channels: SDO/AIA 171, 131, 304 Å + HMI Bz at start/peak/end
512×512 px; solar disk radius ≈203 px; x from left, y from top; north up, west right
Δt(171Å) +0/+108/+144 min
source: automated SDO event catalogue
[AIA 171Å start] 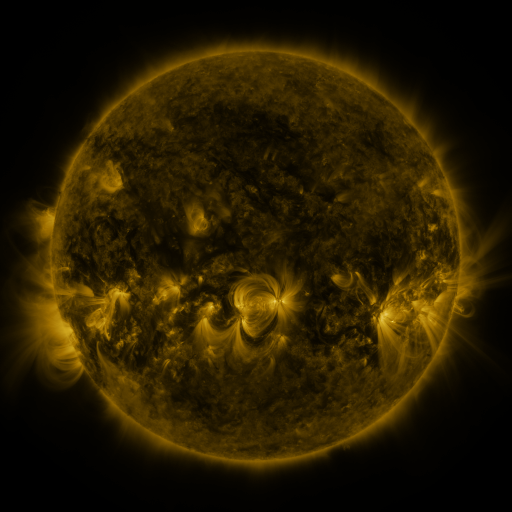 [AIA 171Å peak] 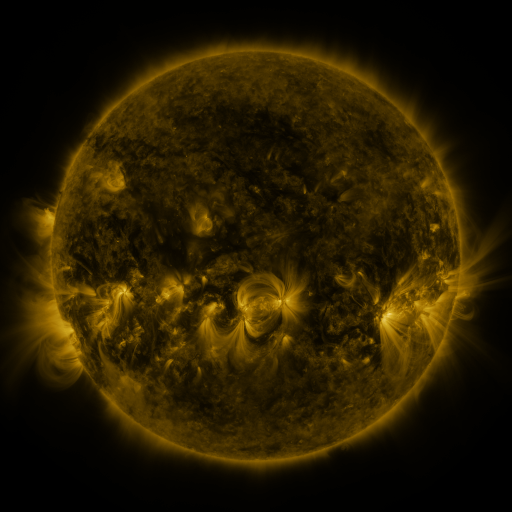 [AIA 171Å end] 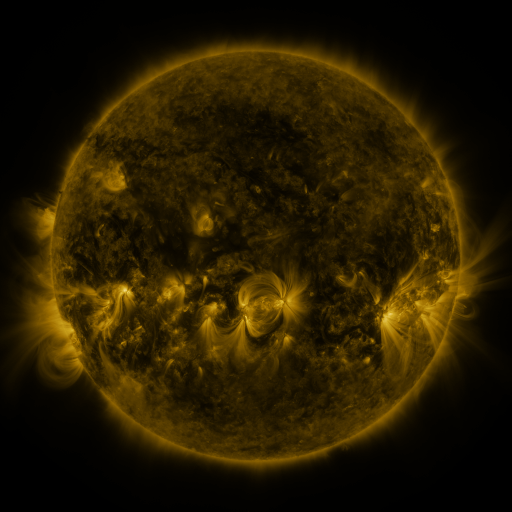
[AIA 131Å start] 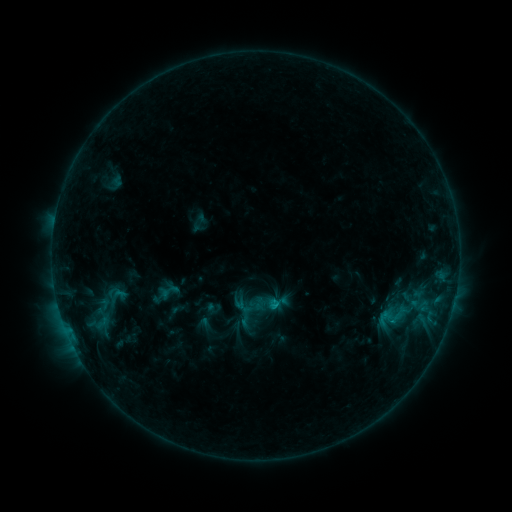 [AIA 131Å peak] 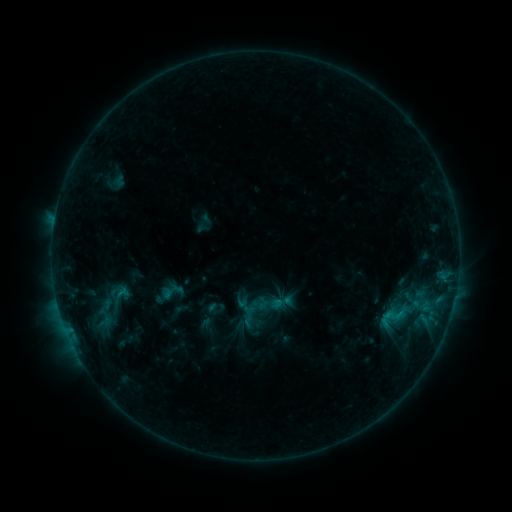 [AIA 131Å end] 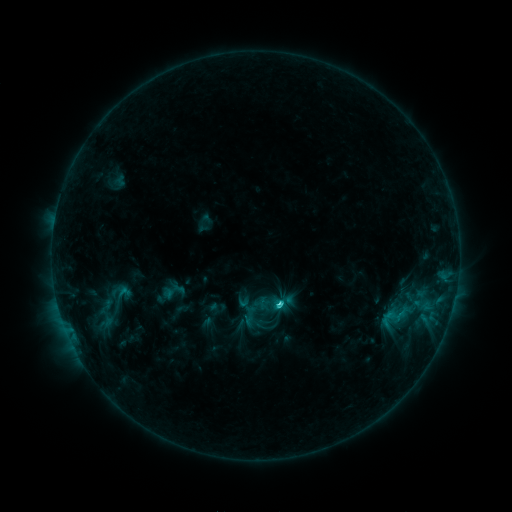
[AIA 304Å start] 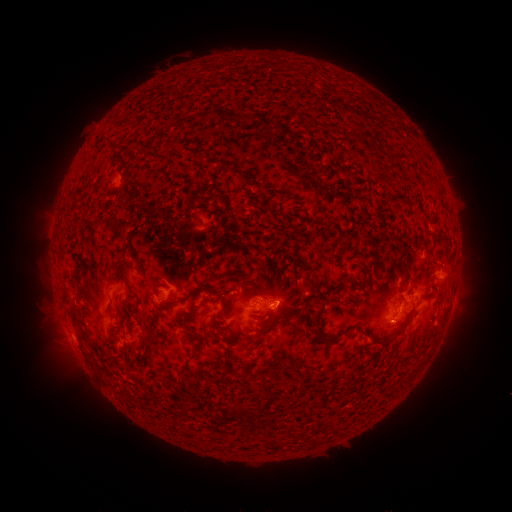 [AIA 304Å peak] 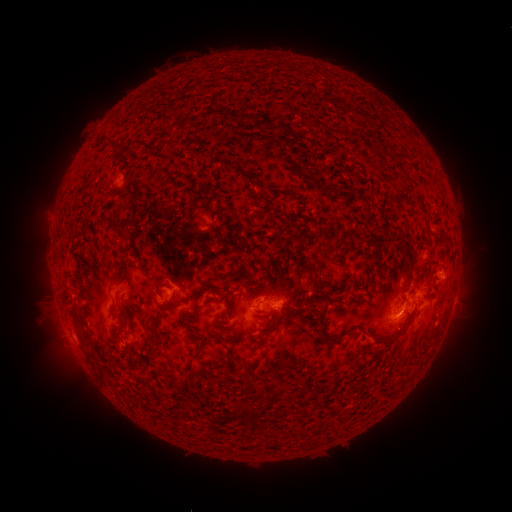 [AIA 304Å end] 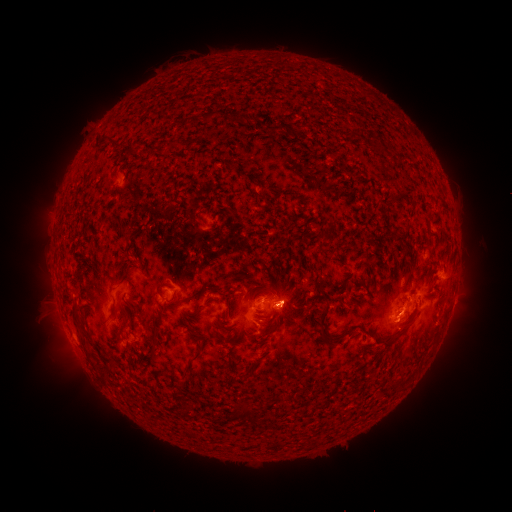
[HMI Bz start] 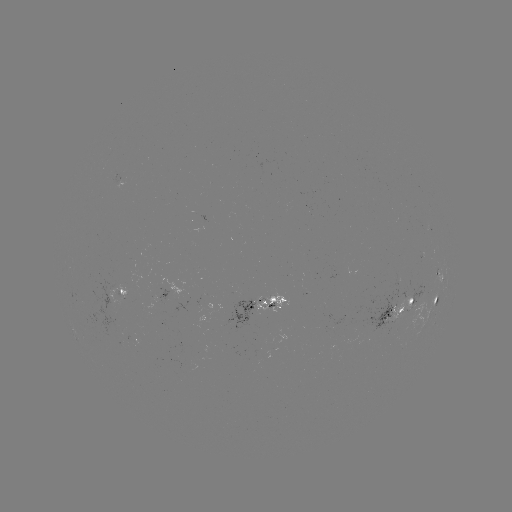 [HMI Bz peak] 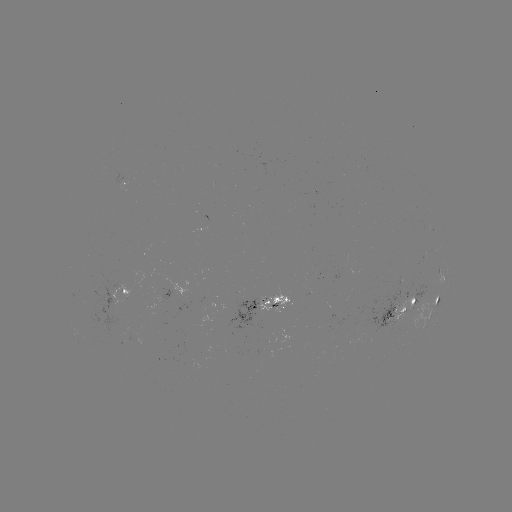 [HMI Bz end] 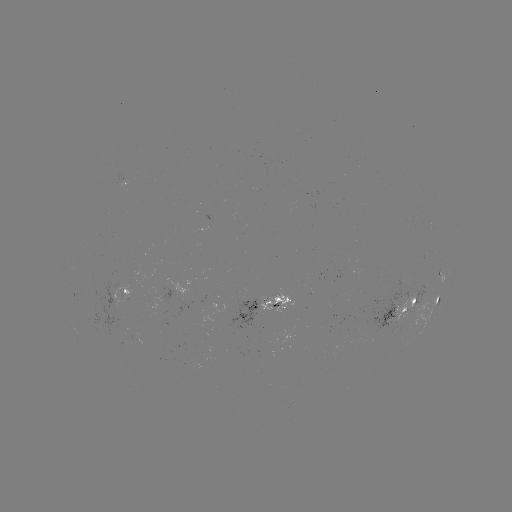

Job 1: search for emerging-flux region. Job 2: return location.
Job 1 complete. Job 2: (269, 302).